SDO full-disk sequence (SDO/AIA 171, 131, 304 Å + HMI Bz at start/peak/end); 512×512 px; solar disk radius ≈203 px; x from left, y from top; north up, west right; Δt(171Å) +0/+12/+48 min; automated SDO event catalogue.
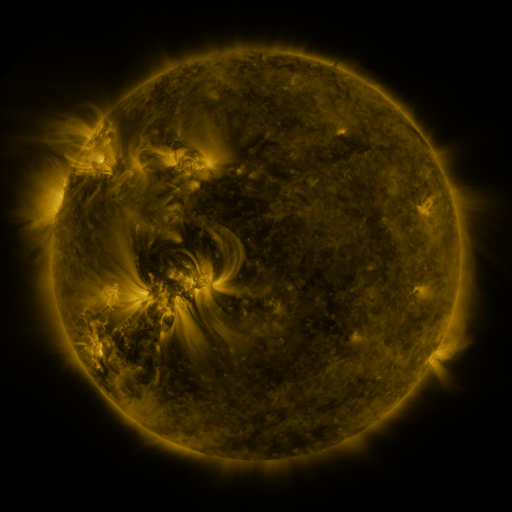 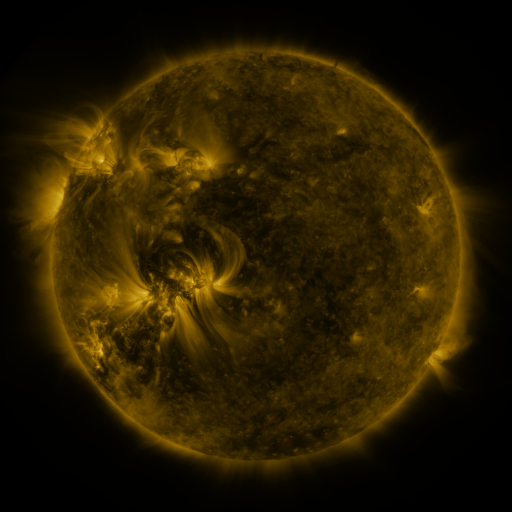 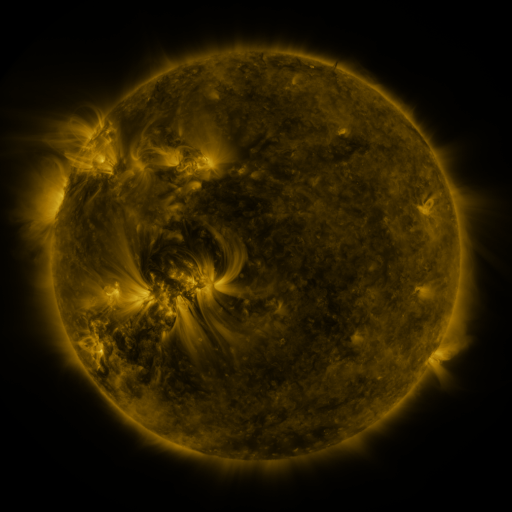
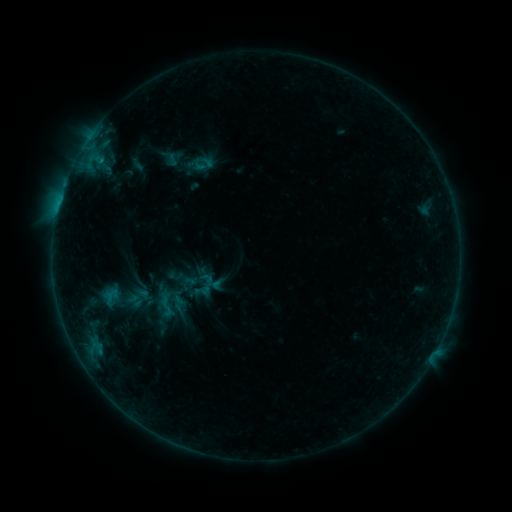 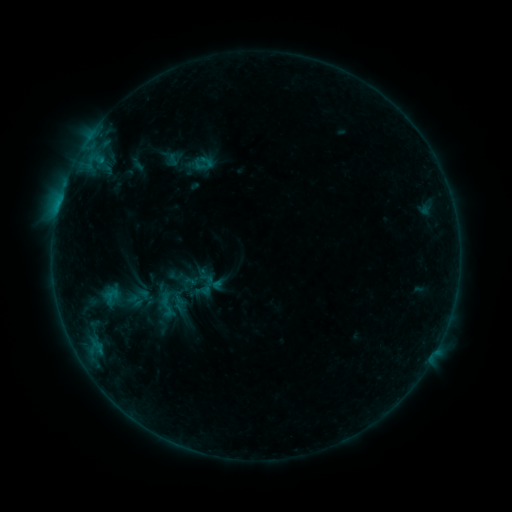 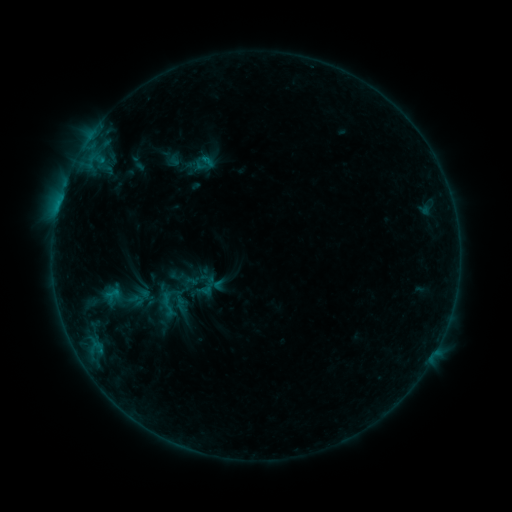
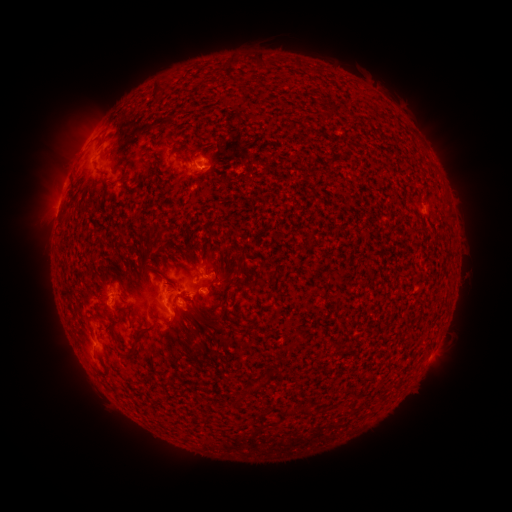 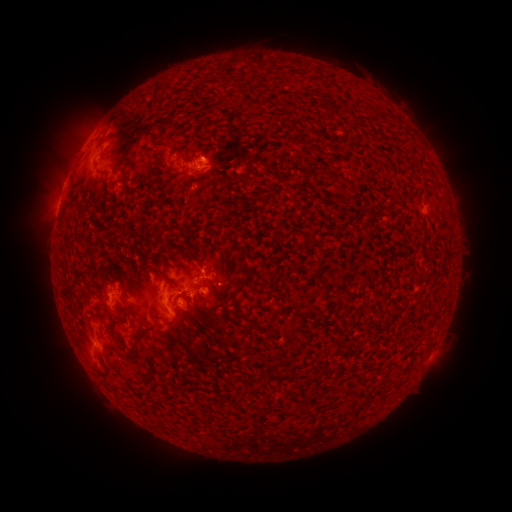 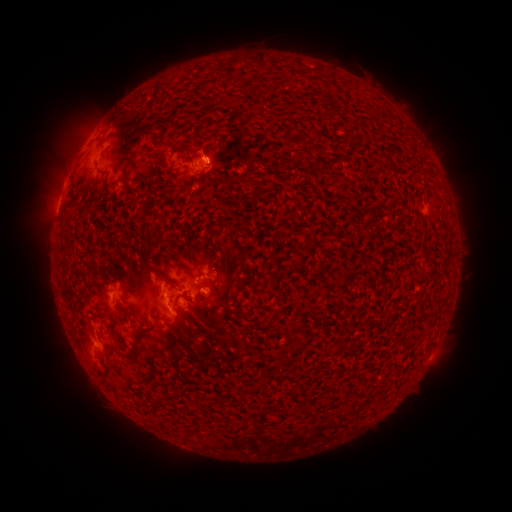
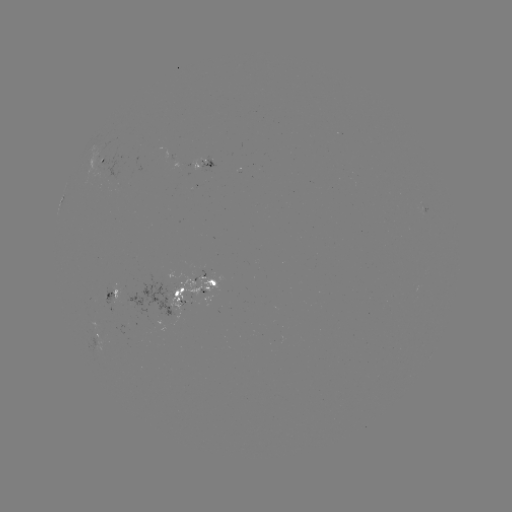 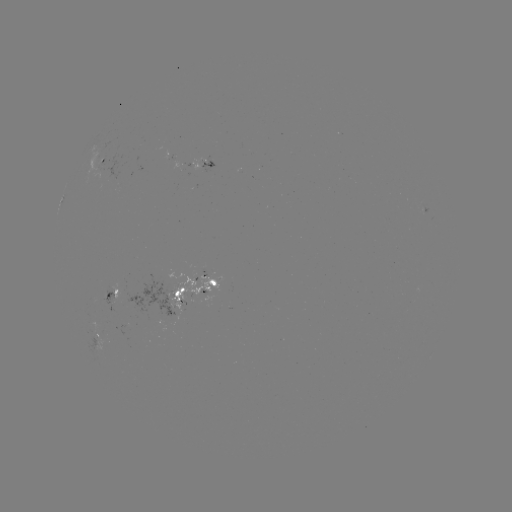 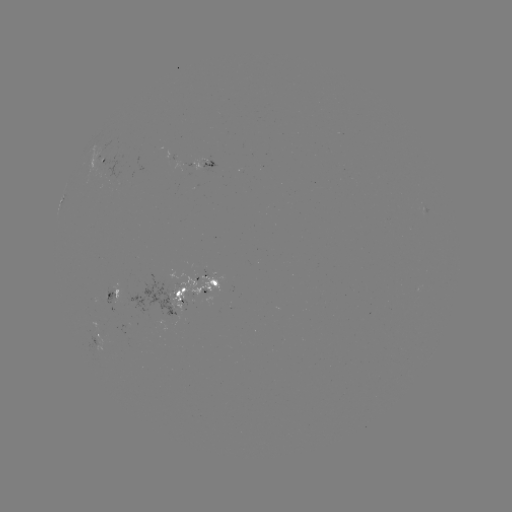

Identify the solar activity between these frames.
emerging-flux region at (108, 173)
